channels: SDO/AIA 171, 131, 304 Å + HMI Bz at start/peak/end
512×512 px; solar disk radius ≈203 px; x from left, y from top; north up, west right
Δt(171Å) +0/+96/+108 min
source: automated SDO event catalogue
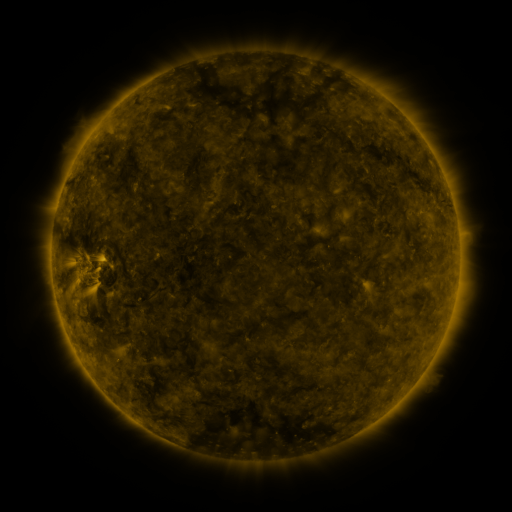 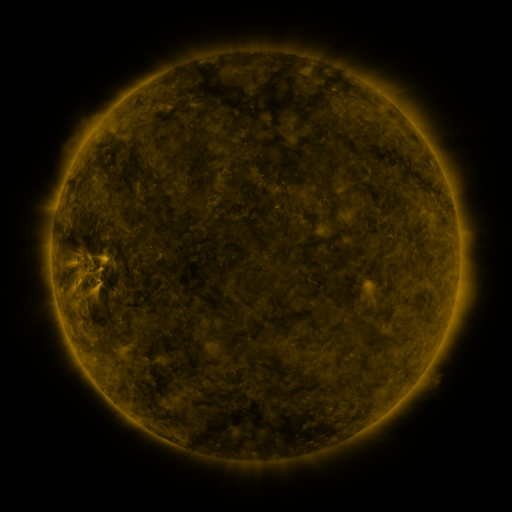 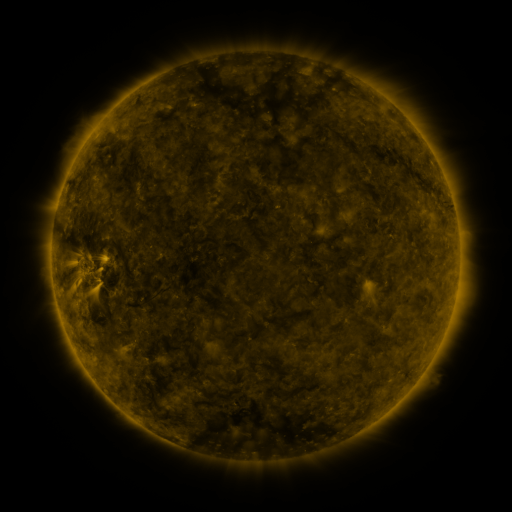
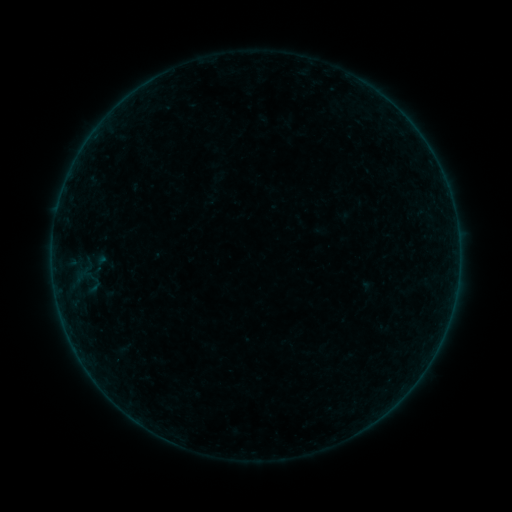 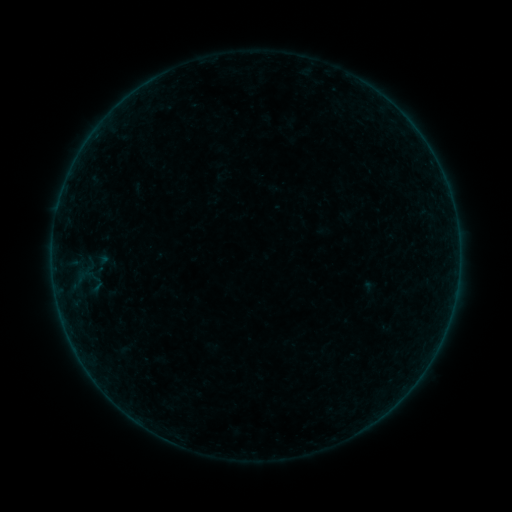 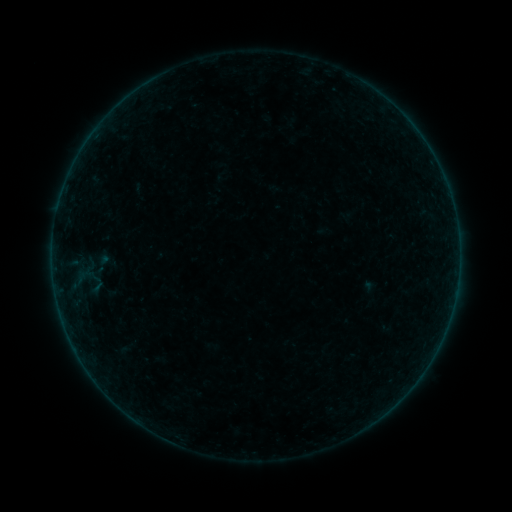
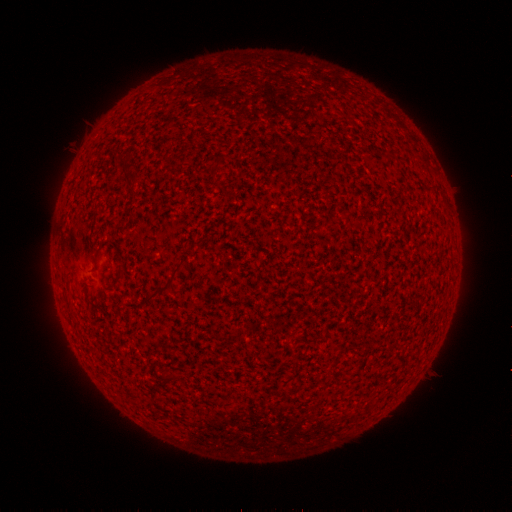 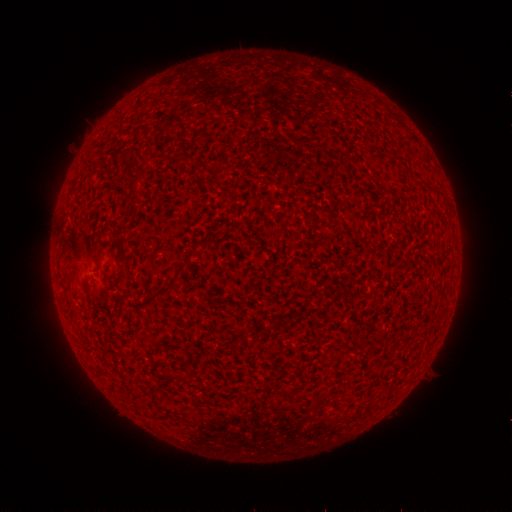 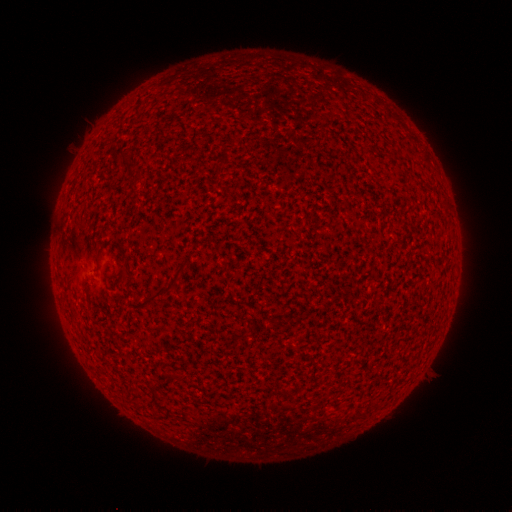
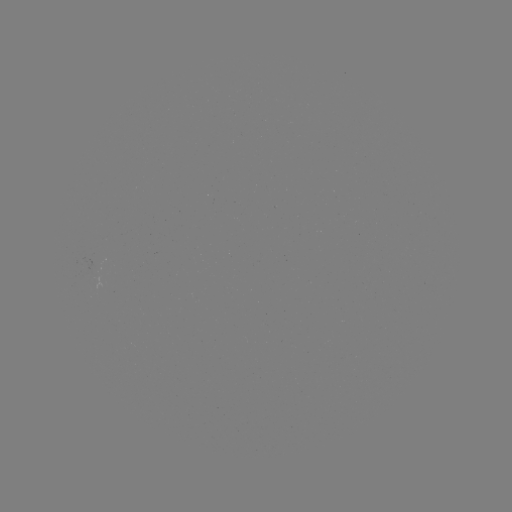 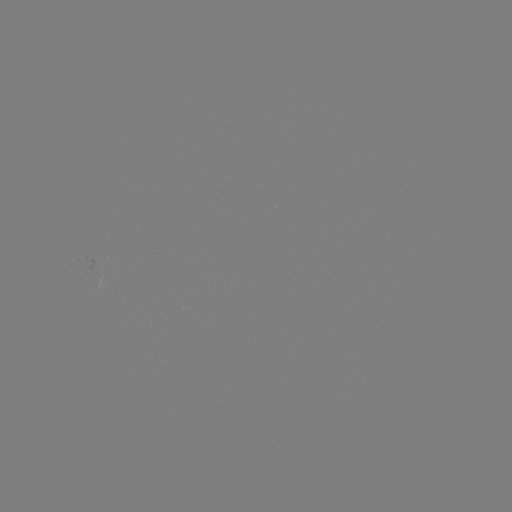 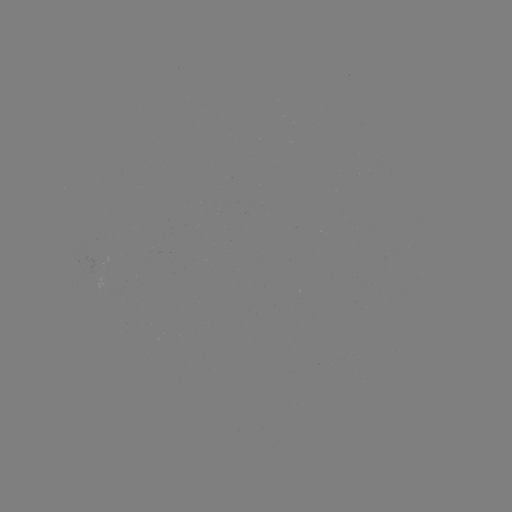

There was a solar emerging-flux region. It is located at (95, 267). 